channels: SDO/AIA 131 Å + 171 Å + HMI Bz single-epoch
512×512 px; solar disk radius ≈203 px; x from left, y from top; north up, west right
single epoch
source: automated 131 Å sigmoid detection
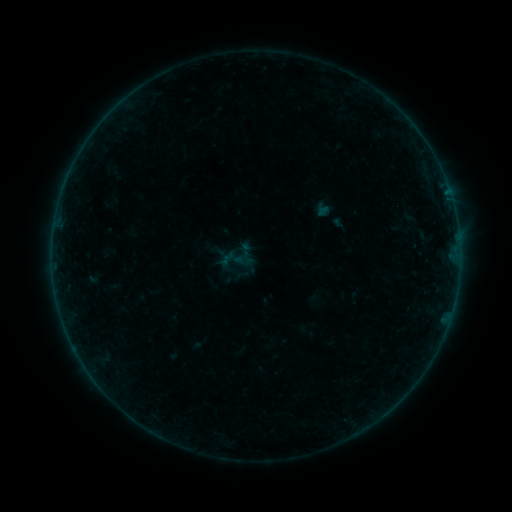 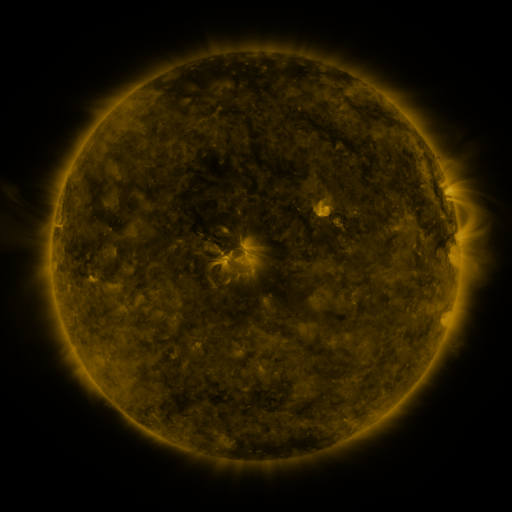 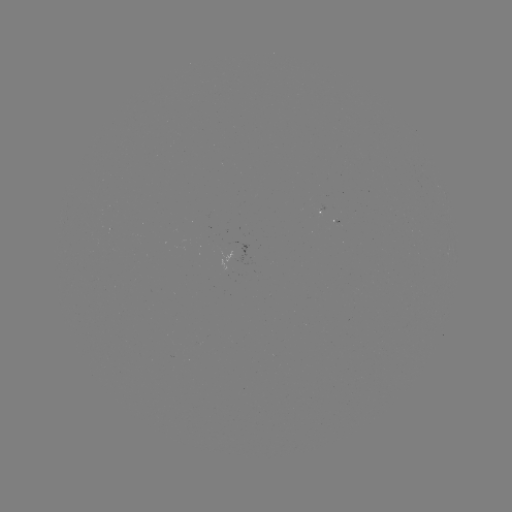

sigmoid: (221, 242, 252, 274)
